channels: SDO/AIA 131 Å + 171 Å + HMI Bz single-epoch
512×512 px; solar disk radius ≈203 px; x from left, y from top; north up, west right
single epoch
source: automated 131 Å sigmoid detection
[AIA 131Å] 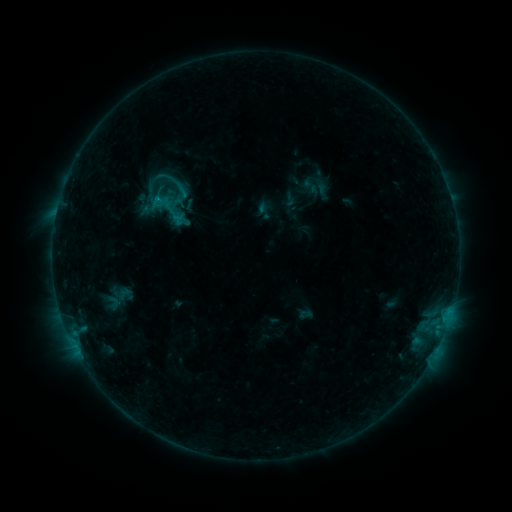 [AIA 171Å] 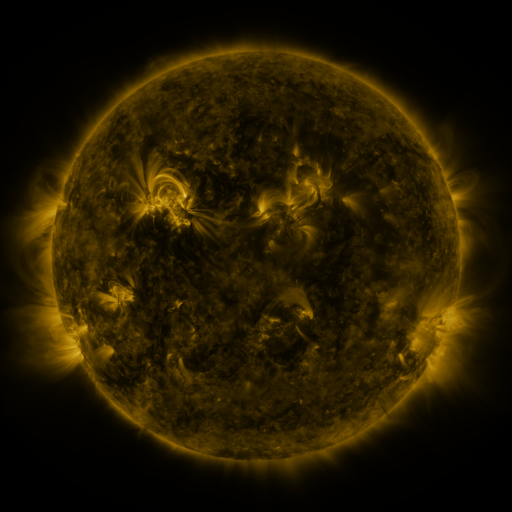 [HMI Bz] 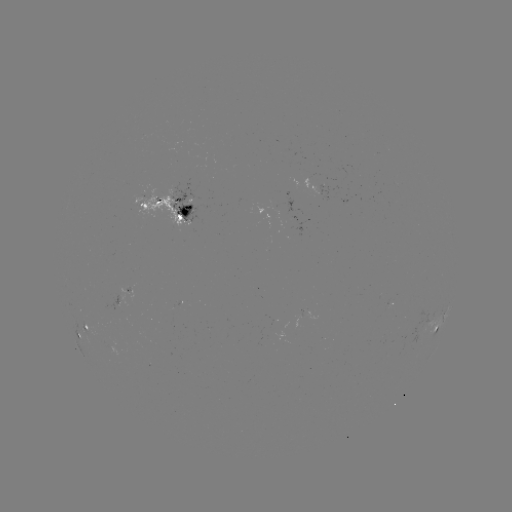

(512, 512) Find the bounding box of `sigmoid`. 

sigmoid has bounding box [146, 187, 190, 231].